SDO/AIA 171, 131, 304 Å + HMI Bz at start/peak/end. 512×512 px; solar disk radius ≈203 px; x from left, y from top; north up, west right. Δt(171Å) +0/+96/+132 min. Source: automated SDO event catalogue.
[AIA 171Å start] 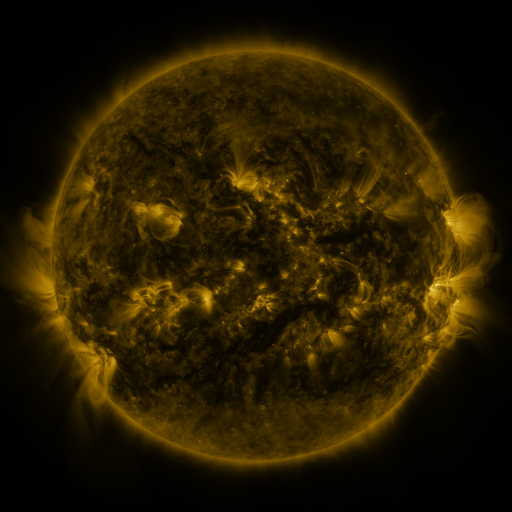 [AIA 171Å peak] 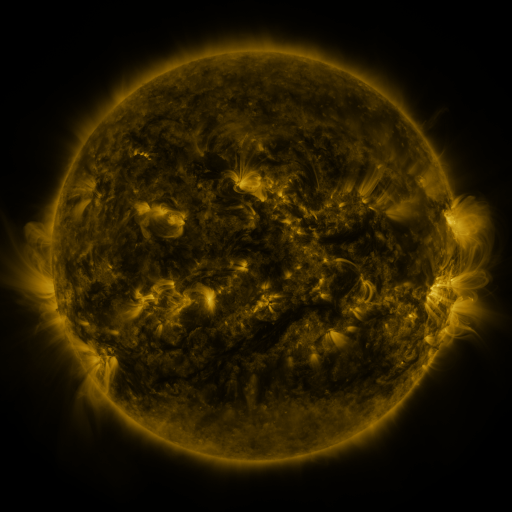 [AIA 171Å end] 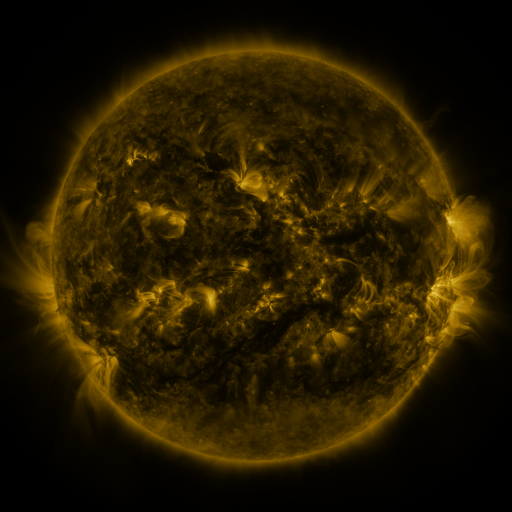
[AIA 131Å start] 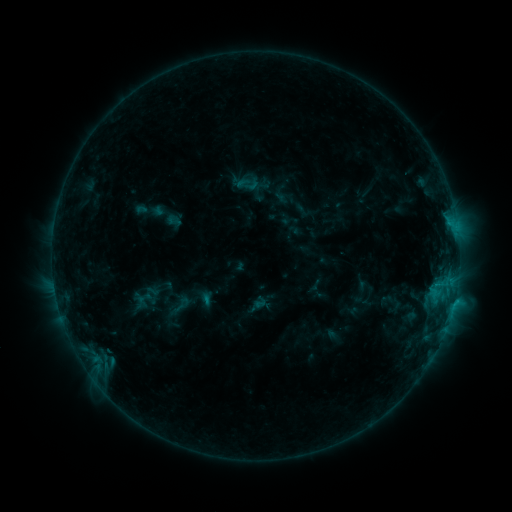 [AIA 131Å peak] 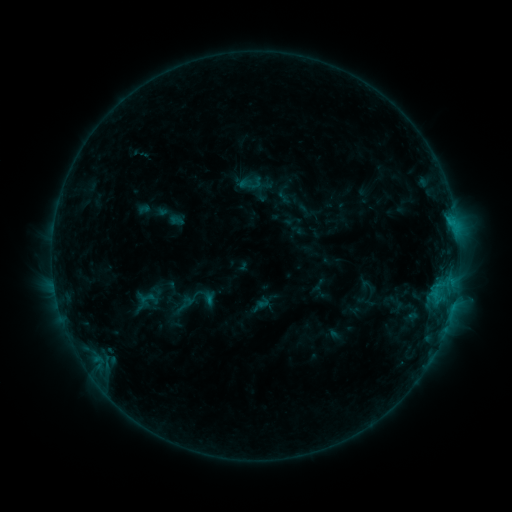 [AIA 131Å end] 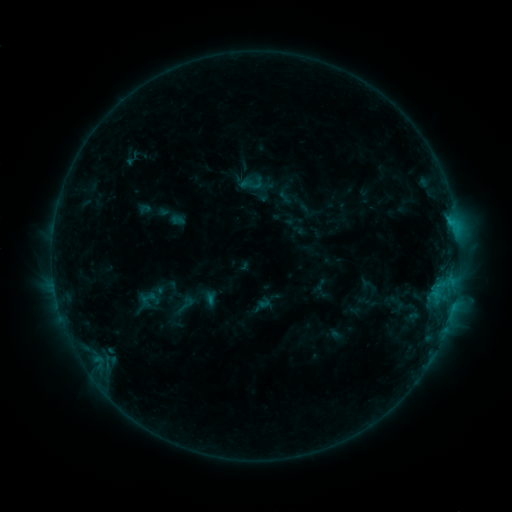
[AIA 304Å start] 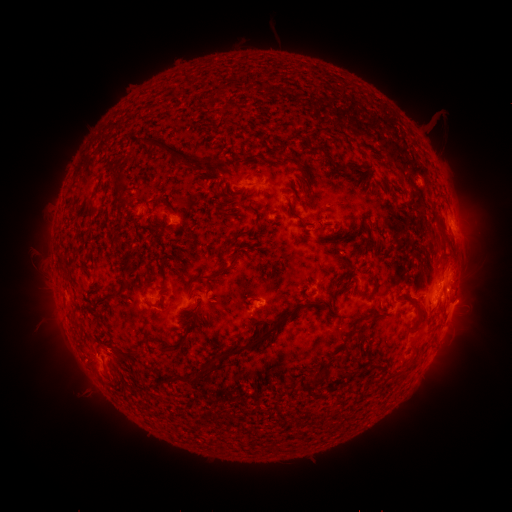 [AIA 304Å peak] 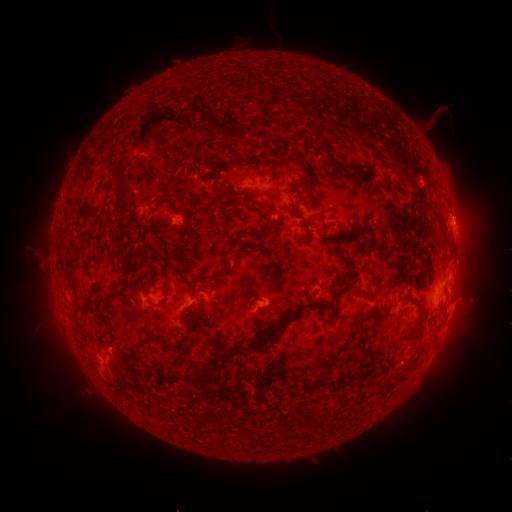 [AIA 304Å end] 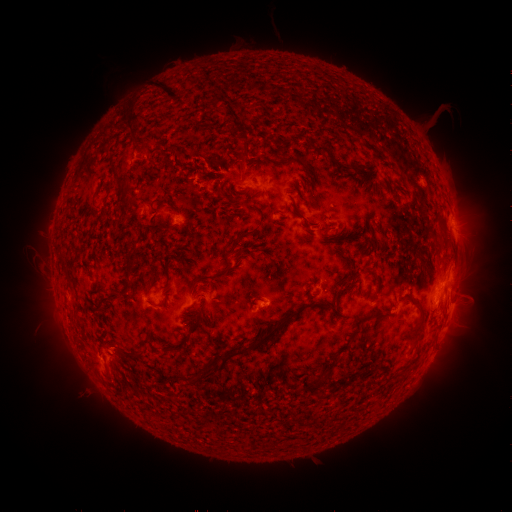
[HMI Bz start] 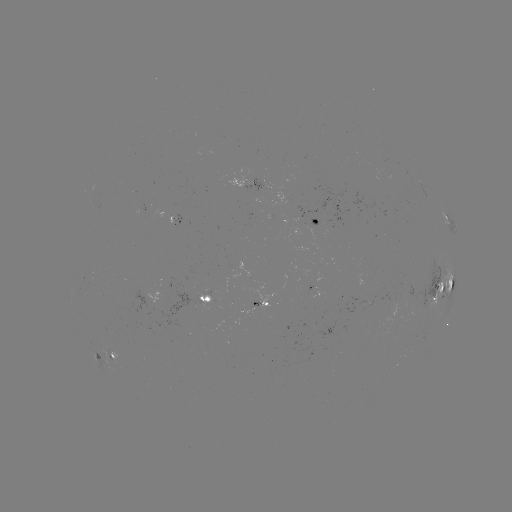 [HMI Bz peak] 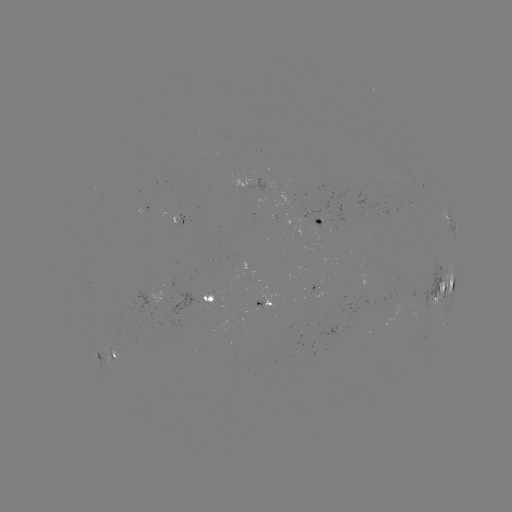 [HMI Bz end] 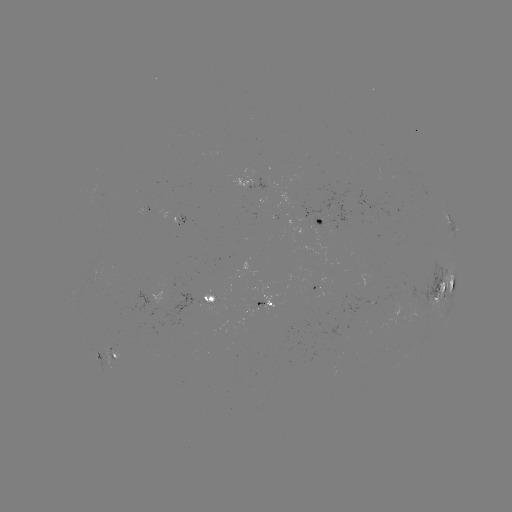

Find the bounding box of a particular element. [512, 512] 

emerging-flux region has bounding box [390, 303, 403, 320].